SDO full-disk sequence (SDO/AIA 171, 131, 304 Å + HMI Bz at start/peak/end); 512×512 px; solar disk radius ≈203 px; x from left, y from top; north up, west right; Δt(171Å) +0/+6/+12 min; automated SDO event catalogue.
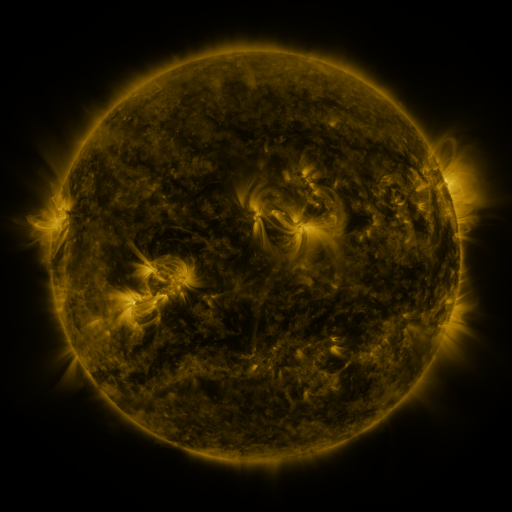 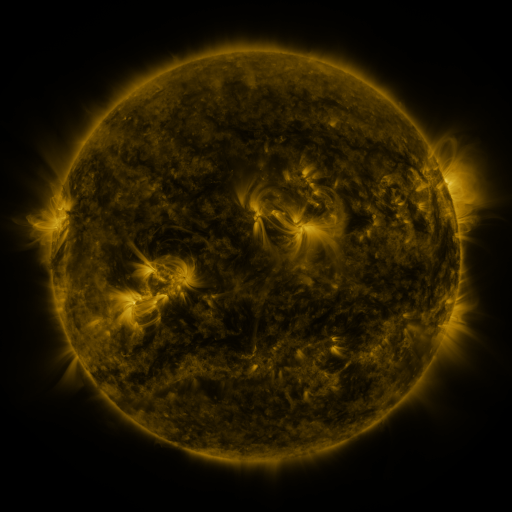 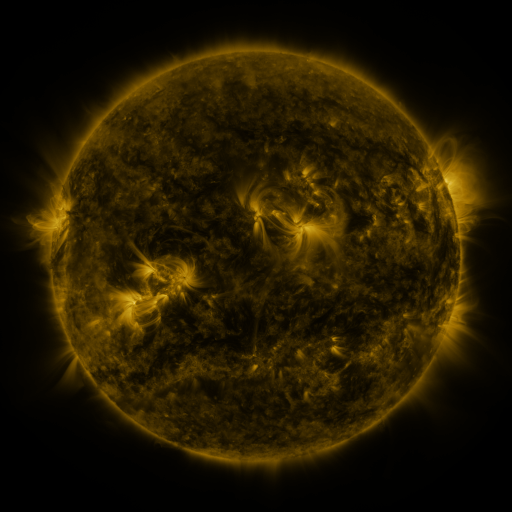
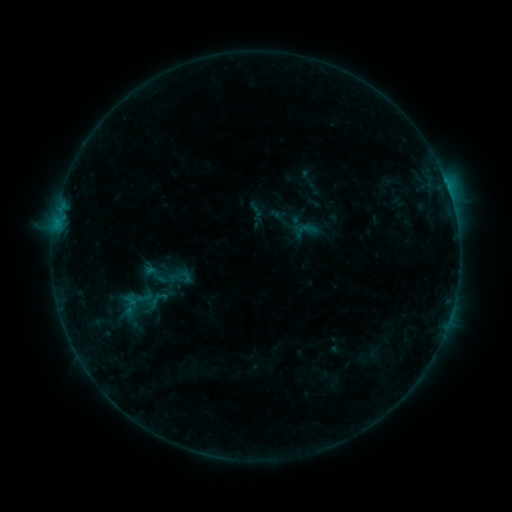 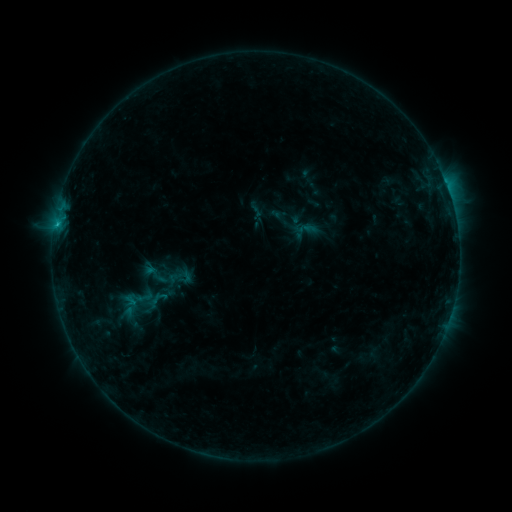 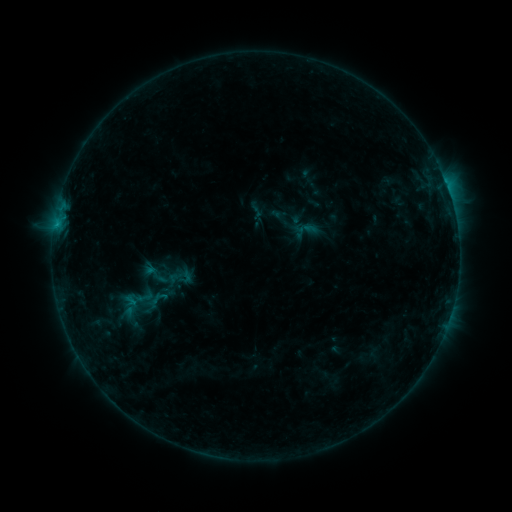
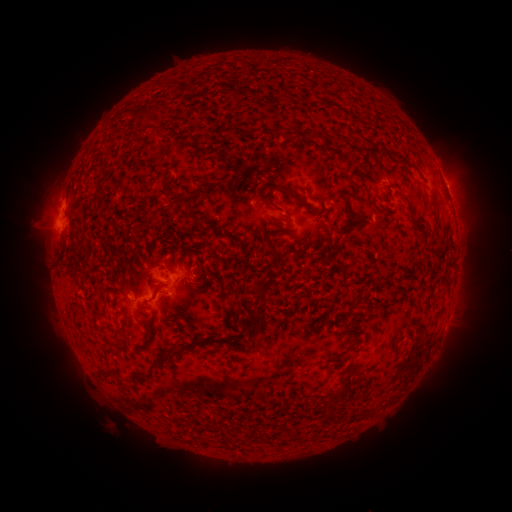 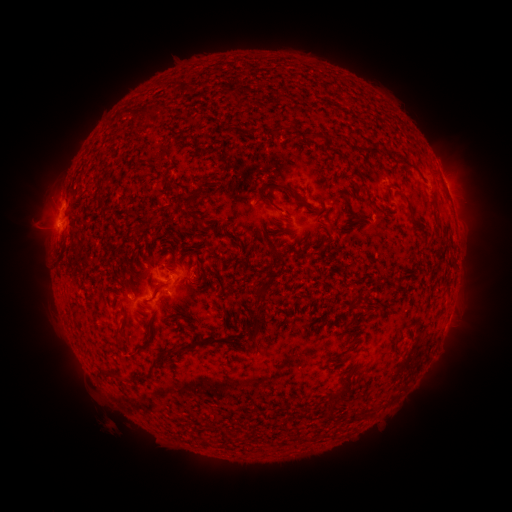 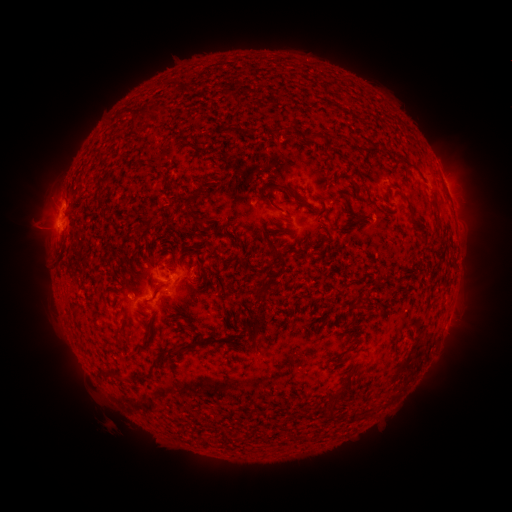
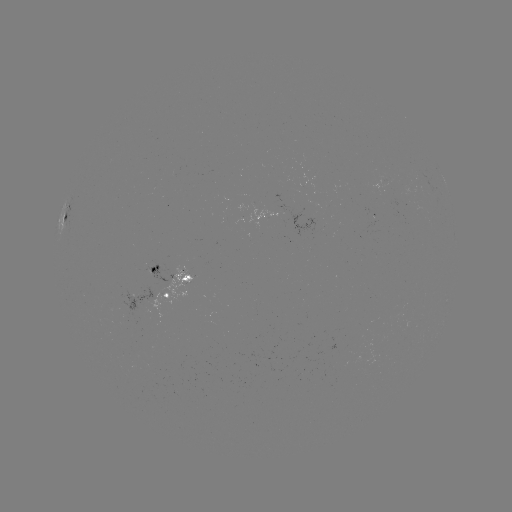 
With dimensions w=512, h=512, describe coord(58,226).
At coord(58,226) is B5.8 flare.